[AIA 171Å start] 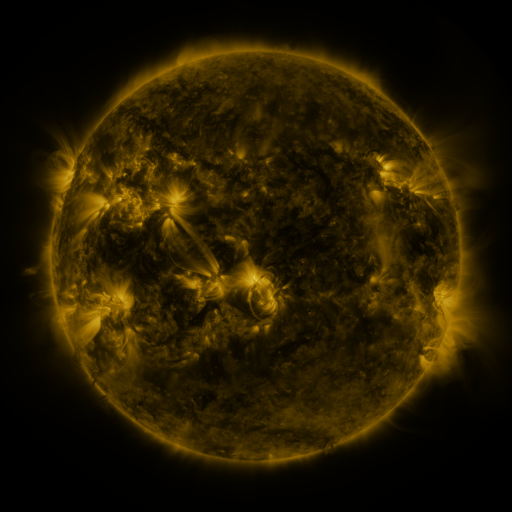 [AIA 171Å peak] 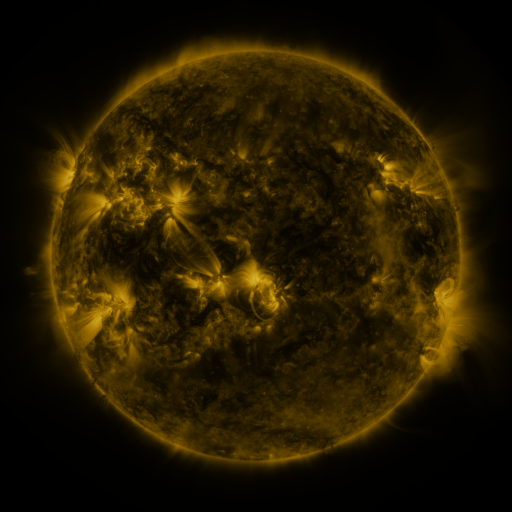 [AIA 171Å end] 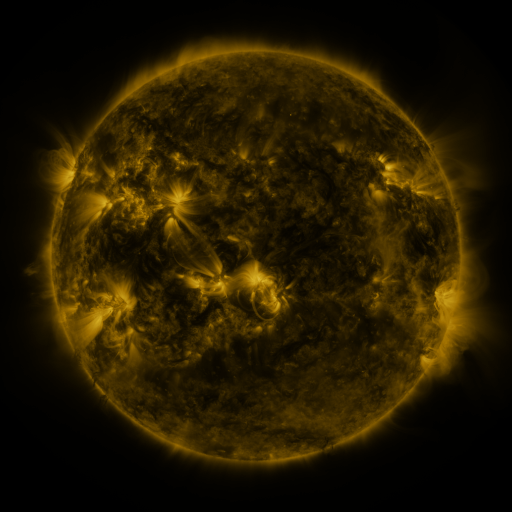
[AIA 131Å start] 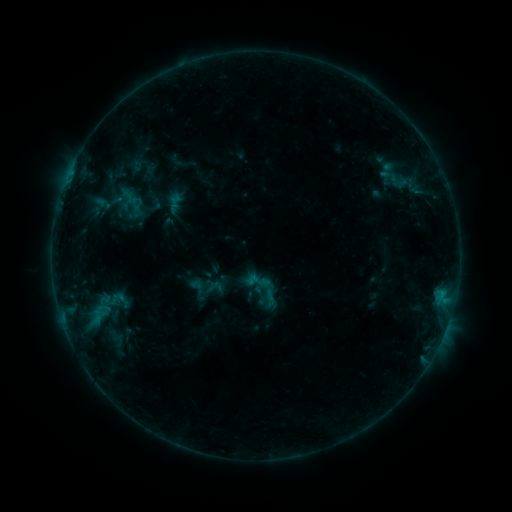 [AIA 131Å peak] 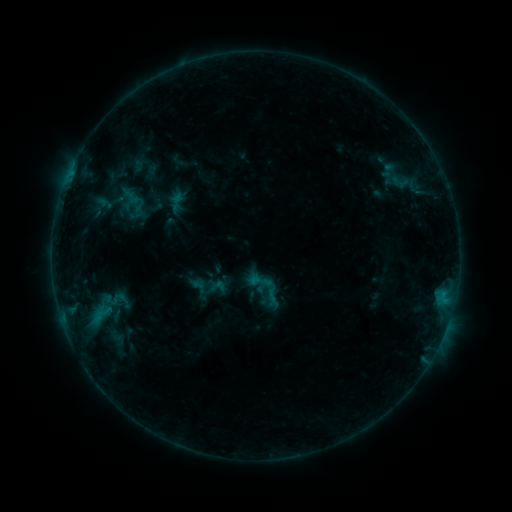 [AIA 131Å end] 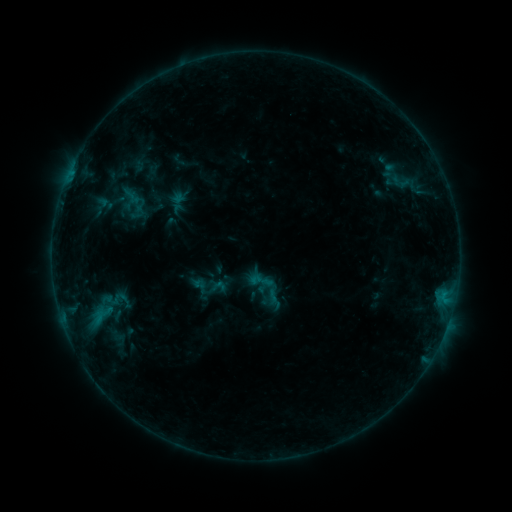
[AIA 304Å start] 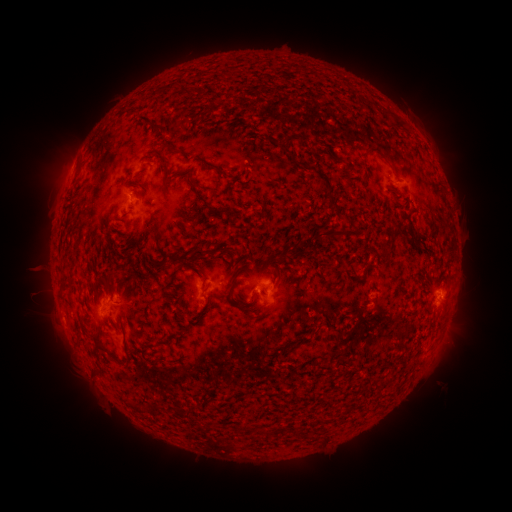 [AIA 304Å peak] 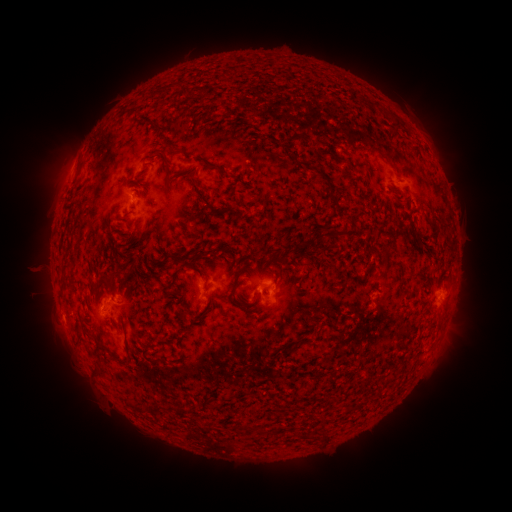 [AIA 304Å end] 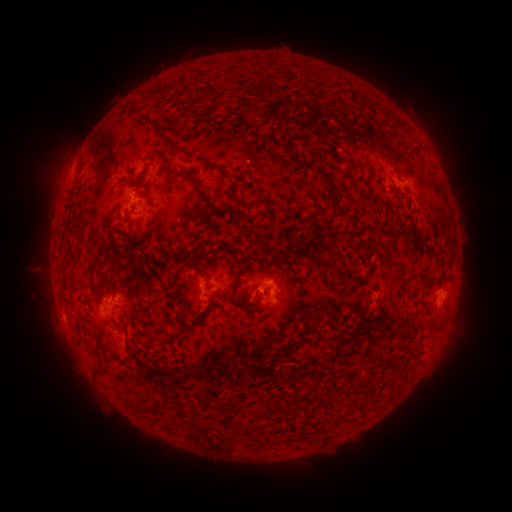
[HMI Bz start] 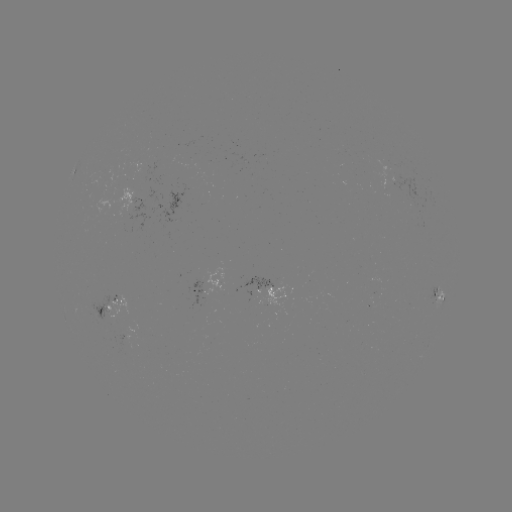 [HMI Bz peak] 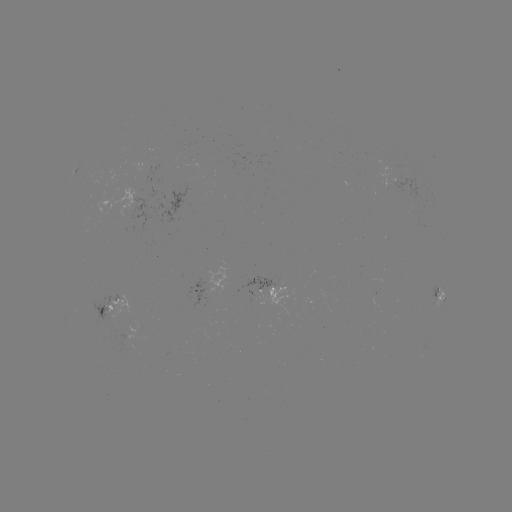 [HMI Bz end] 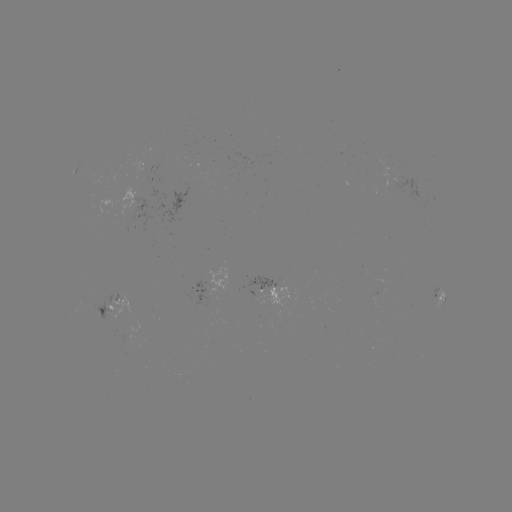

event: emerging-flux region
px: (120, 225)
